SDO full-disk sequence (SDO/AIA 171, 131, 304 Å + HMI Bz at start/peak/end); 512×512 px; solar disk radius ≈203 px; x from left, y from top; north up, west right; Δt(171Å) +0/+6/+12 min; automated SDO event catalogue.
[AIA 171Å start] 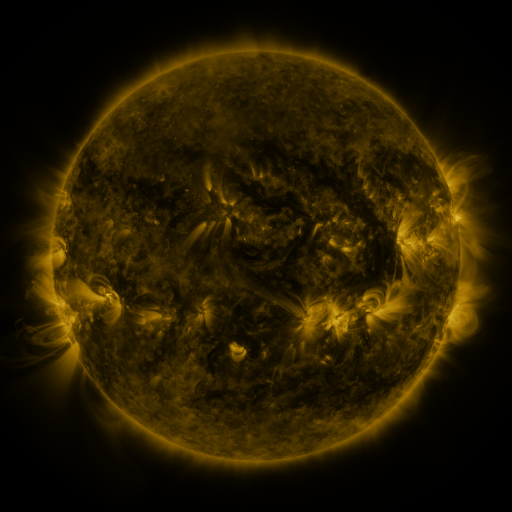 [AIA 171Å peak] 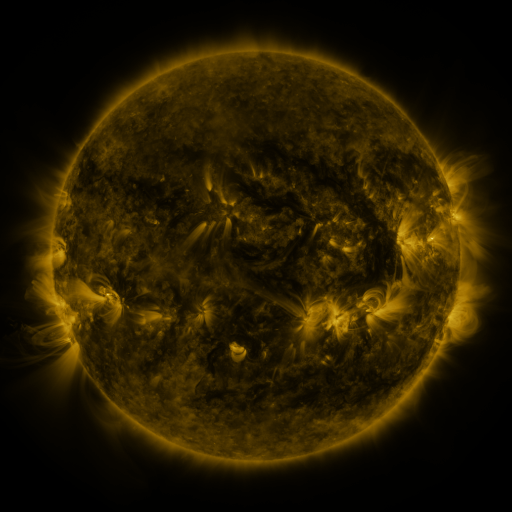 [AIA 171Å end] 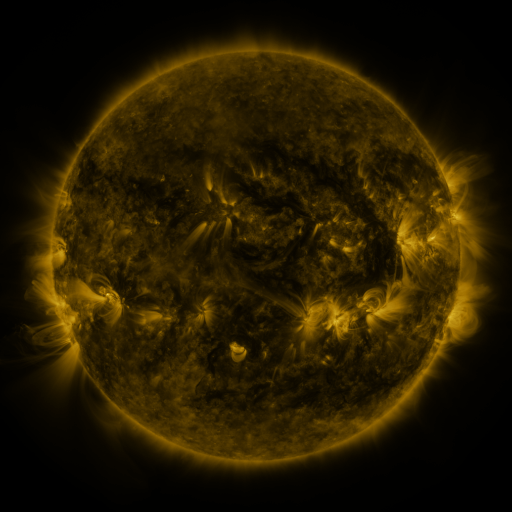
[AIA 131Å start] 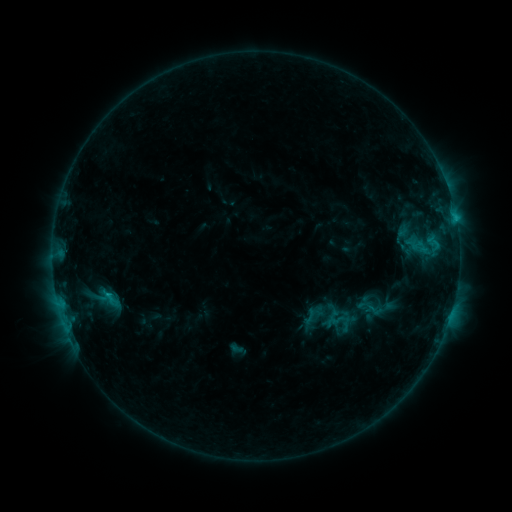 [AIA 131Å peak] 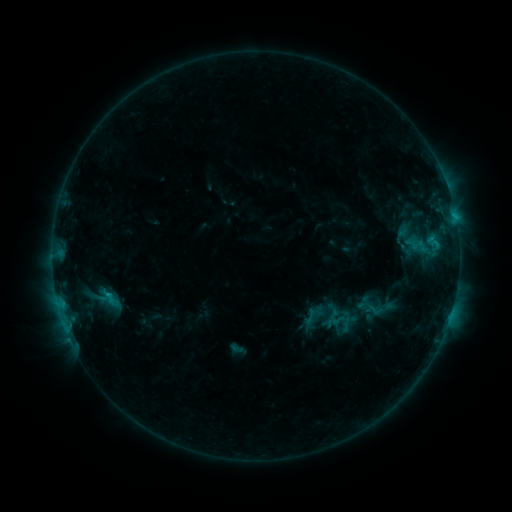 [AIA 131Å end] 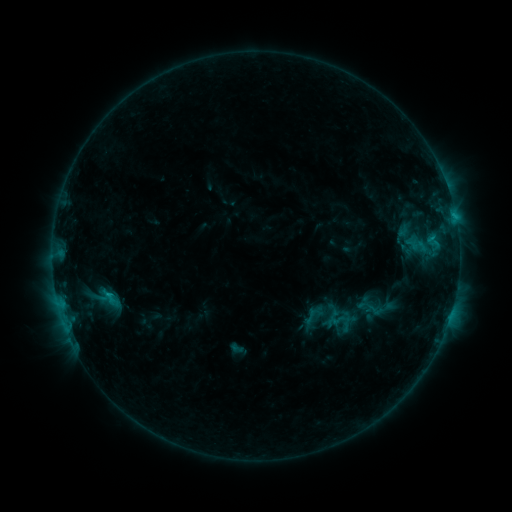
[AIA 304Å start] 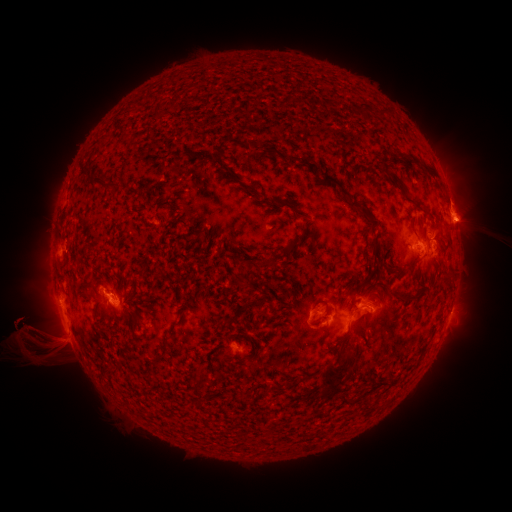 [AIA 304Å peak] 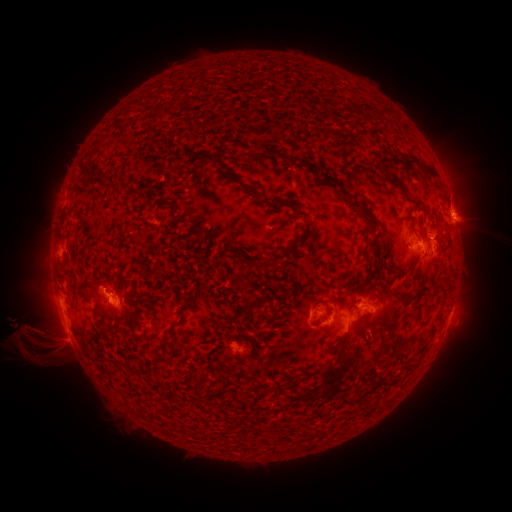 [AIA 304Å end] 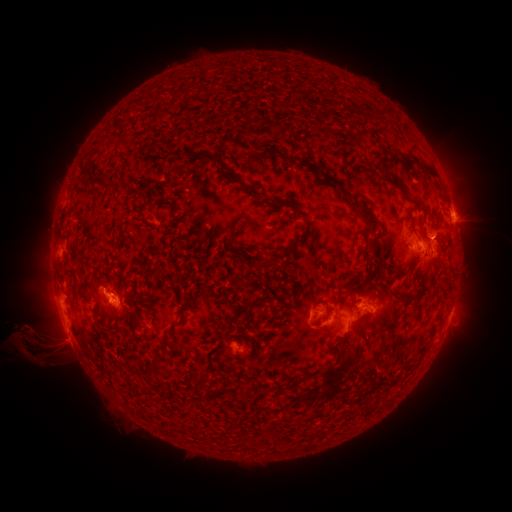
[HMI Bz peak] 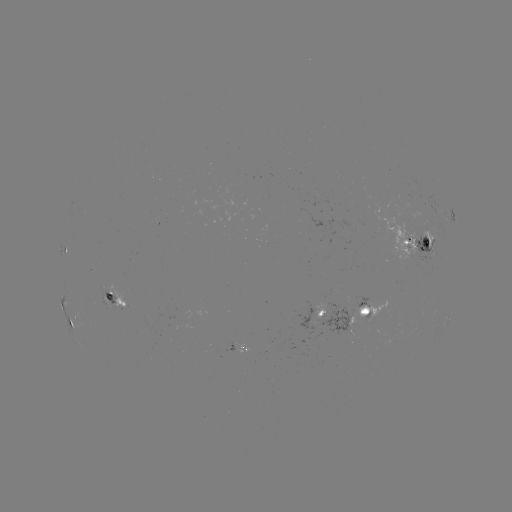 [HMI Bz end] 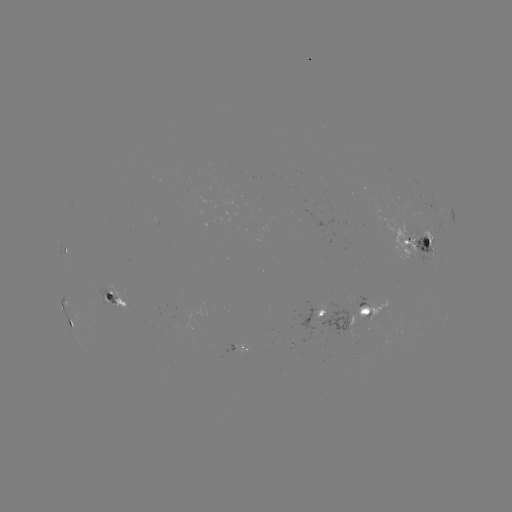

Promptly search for eruption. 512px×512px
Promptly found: [38, 338].